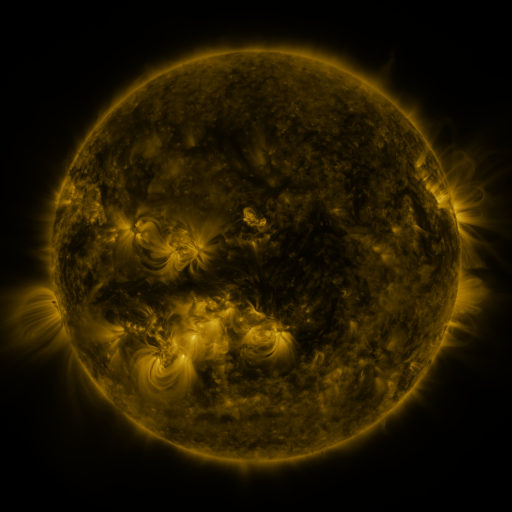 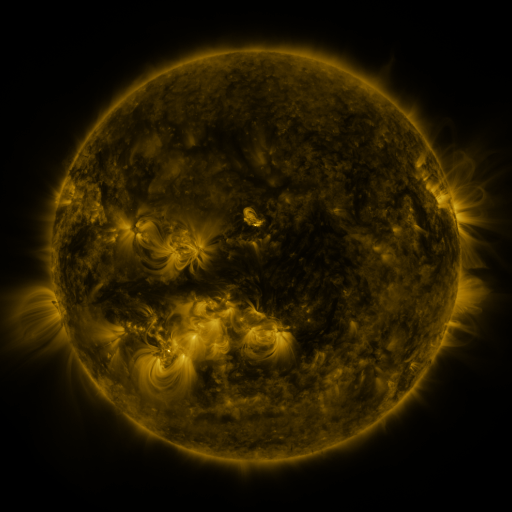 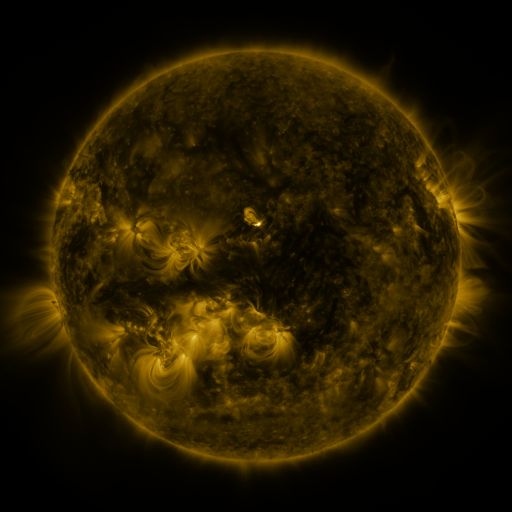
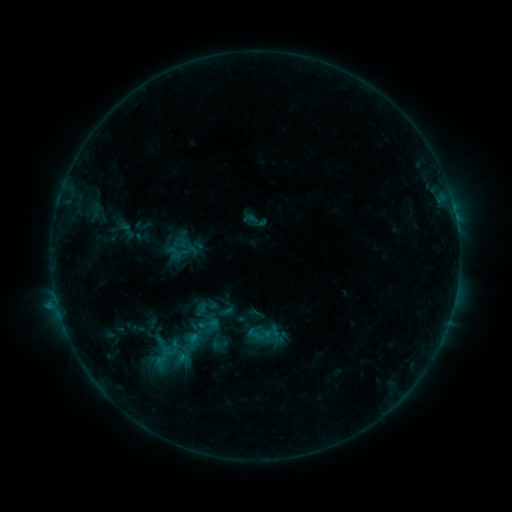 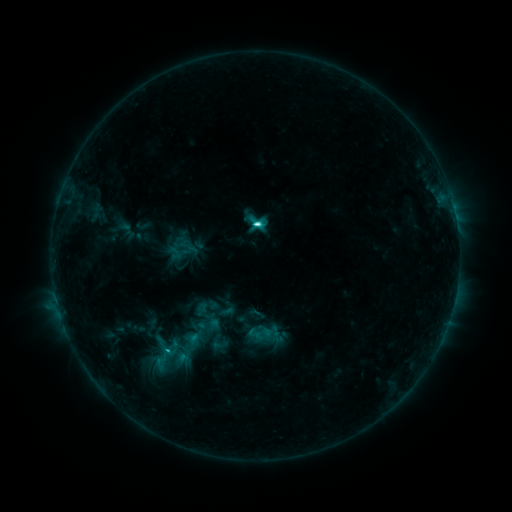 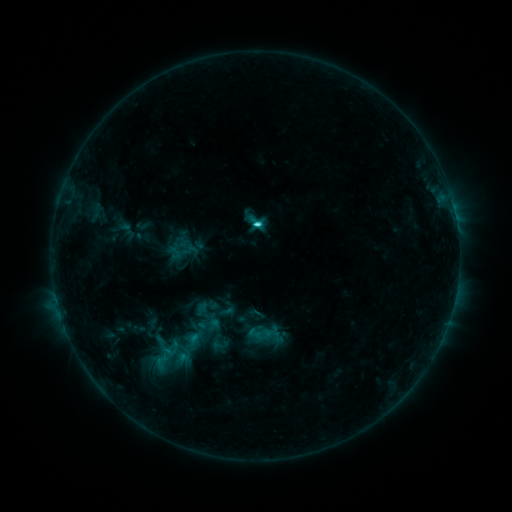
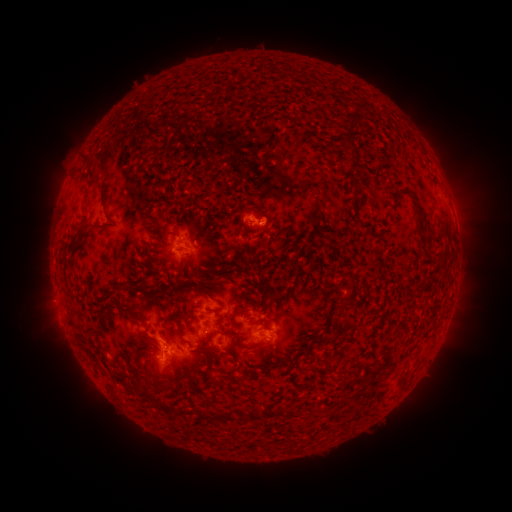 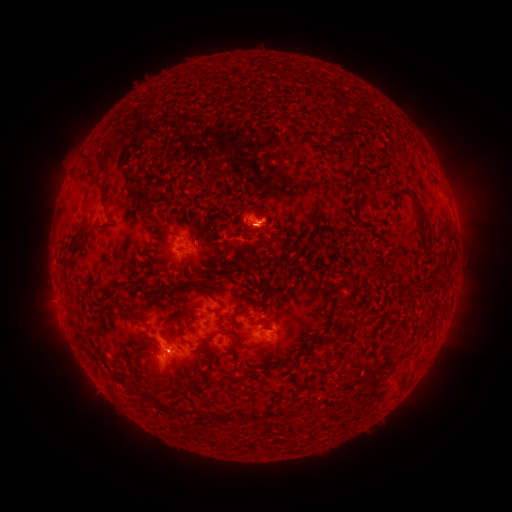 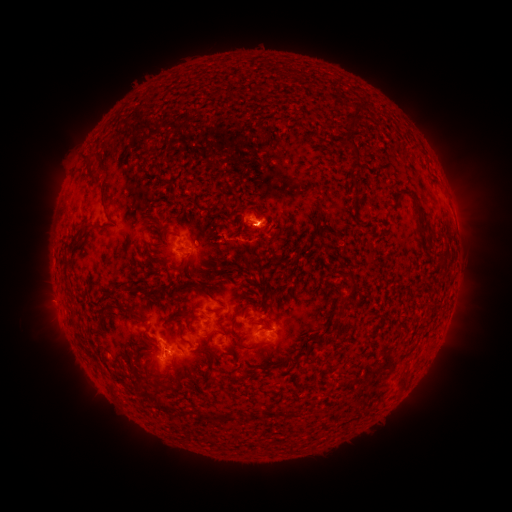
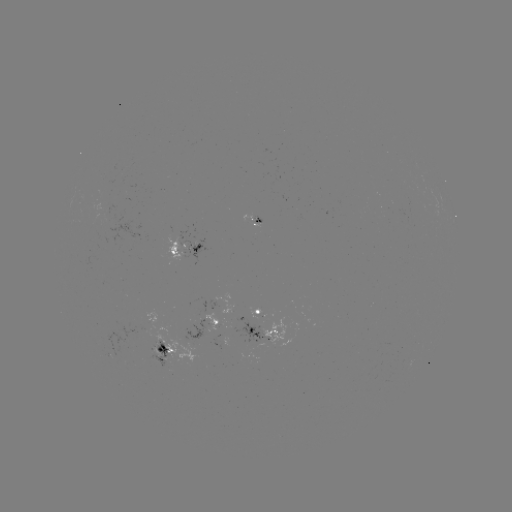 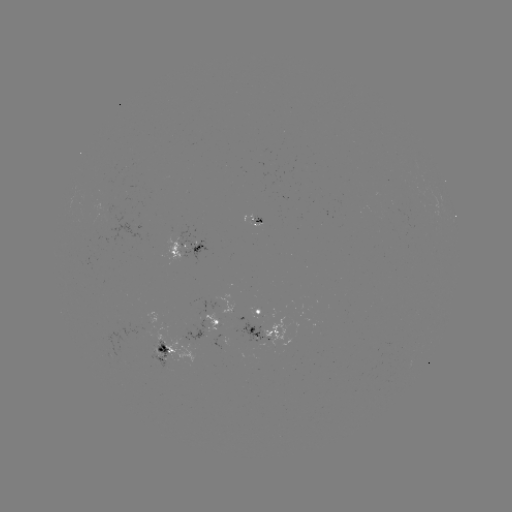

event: flare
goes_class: C3.5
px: (256, 225)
